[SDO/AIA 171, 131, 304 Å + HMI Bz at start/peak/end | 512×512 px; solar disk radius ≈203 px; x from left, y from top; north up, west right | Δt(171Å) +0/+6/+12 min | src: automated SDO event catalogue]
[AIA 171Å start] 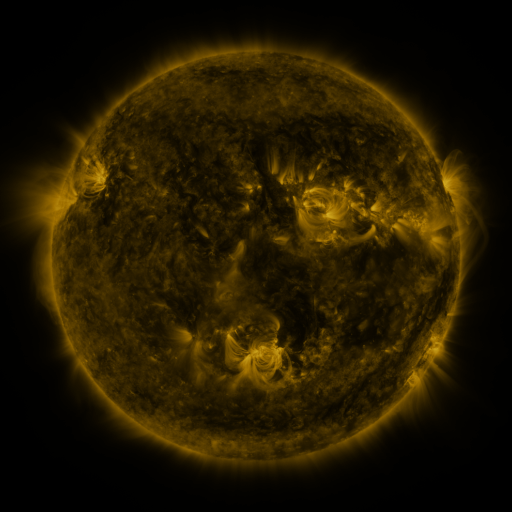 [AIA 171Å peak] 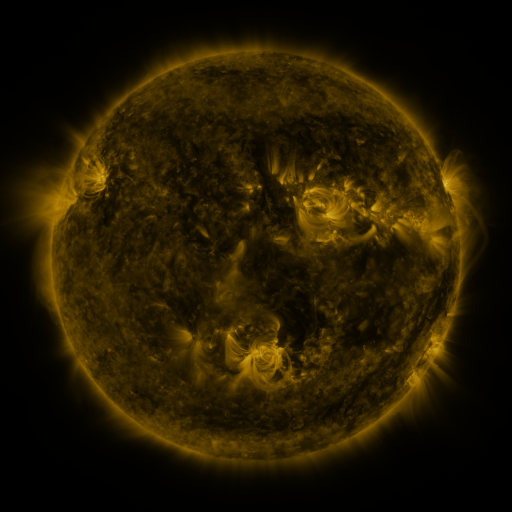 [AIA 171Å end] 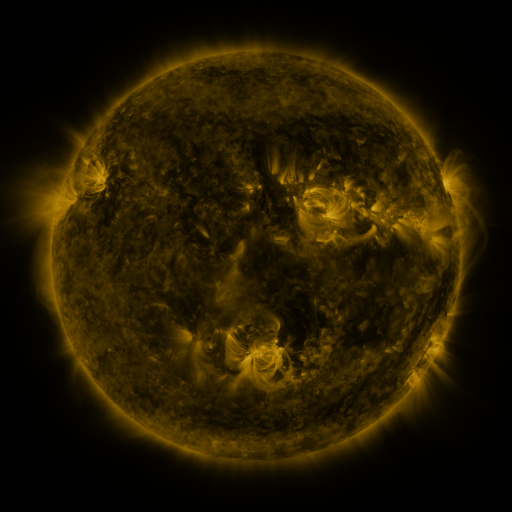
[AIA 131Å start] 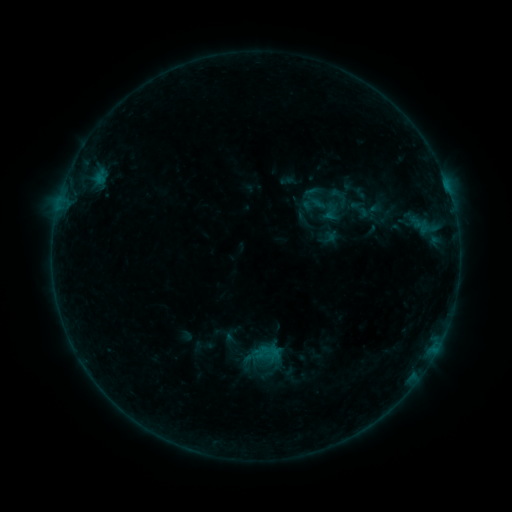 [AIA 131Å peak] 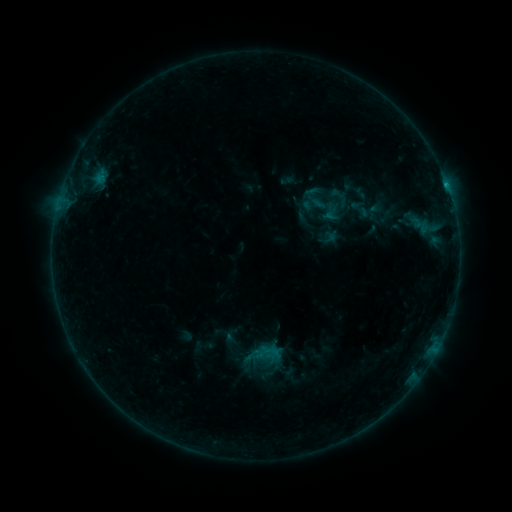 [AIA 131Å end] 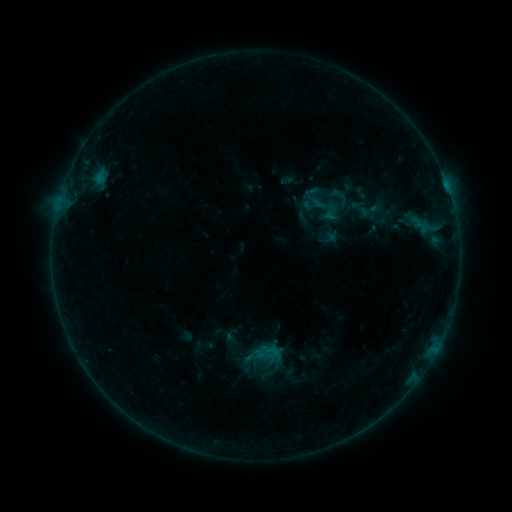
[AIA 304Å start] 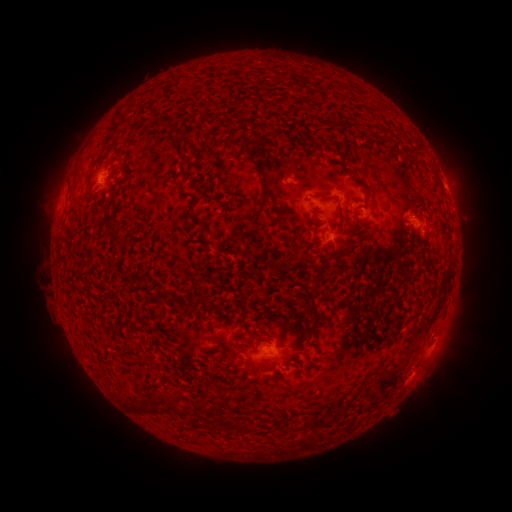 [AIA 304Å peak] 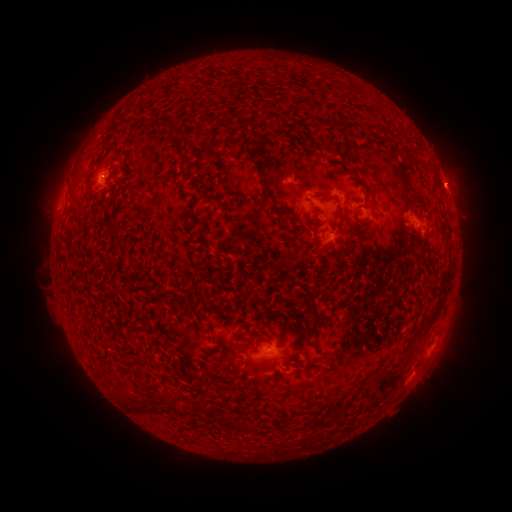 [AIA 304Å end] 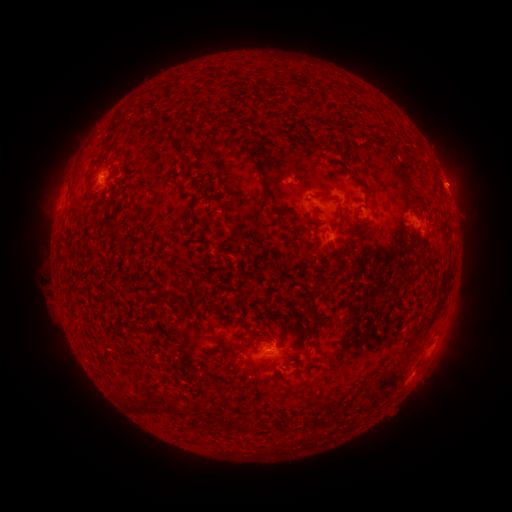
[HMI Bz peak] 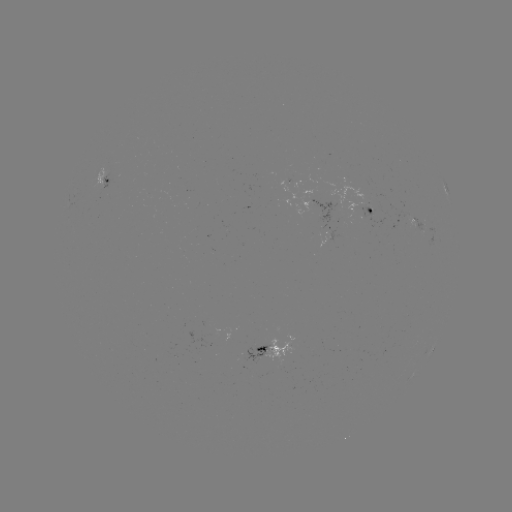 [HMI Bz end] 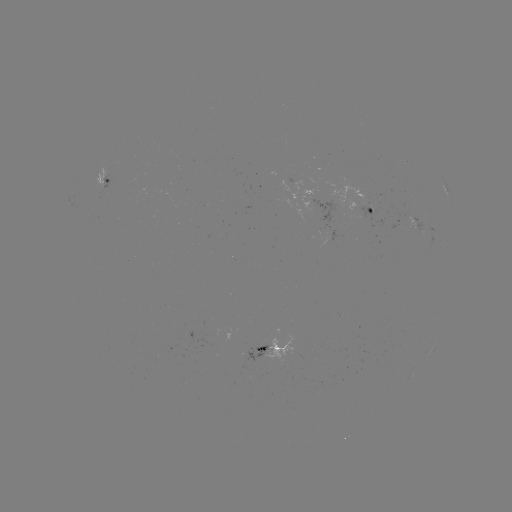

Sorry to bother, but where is B3.2 flare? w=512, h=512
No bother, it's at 445,188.